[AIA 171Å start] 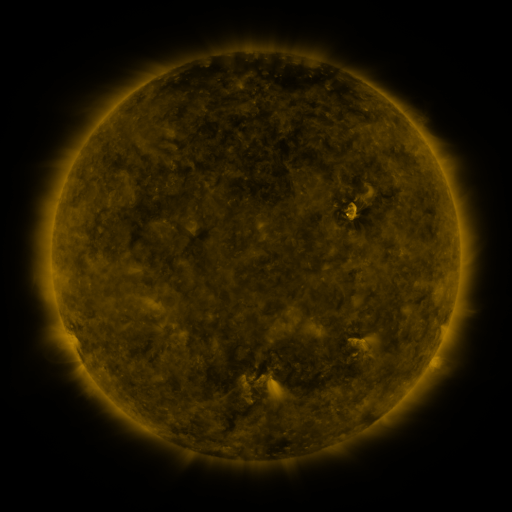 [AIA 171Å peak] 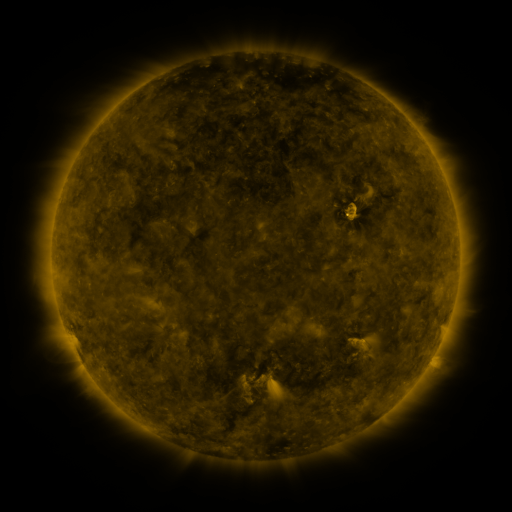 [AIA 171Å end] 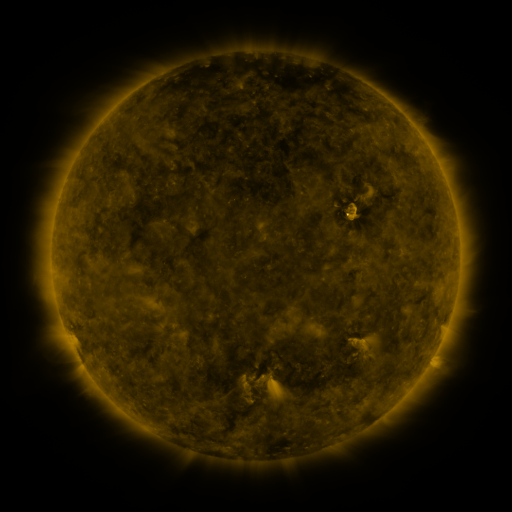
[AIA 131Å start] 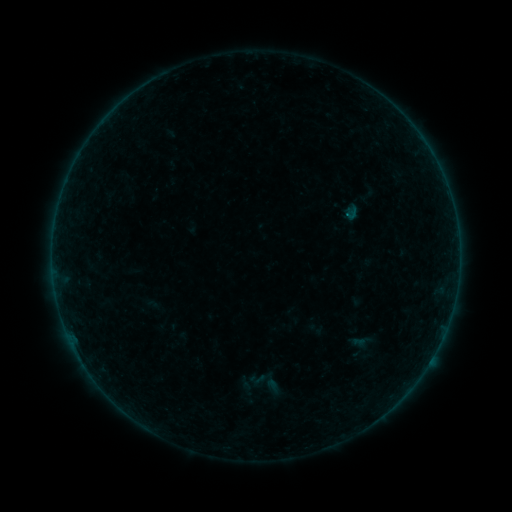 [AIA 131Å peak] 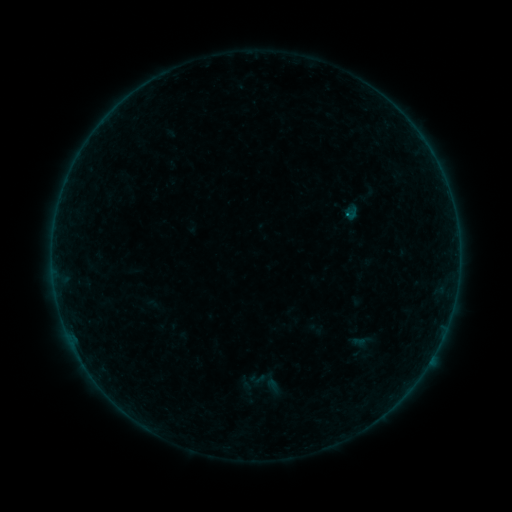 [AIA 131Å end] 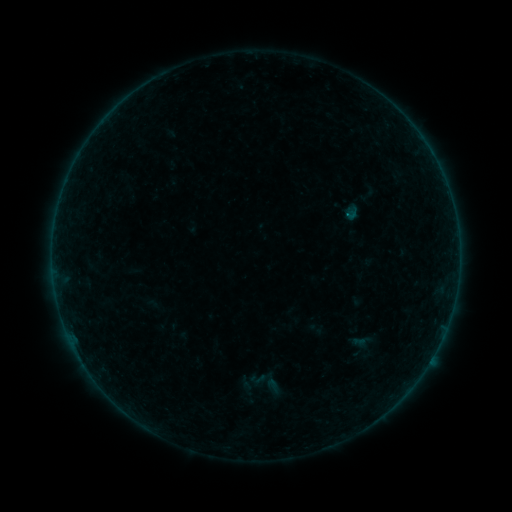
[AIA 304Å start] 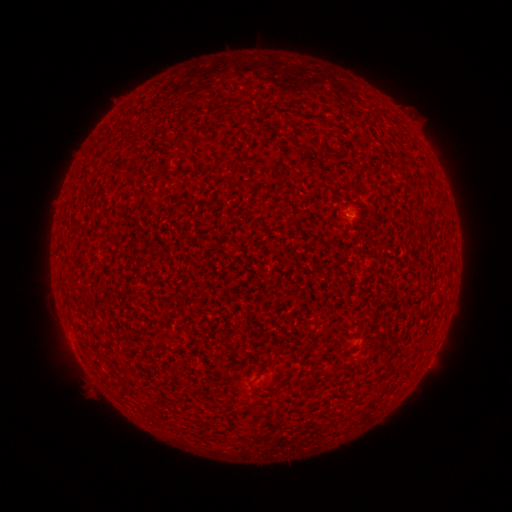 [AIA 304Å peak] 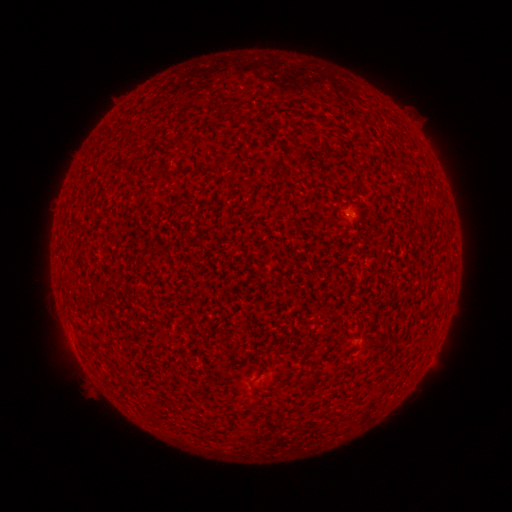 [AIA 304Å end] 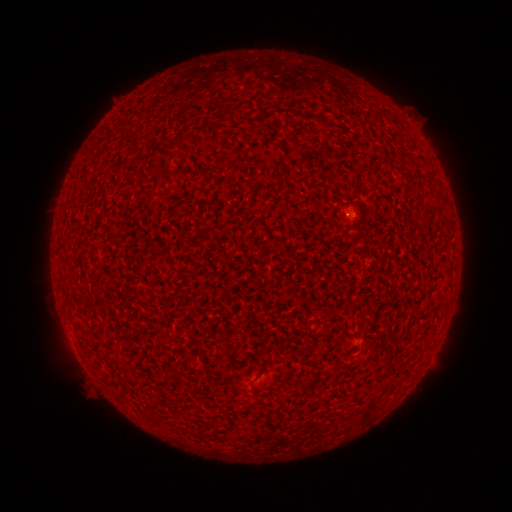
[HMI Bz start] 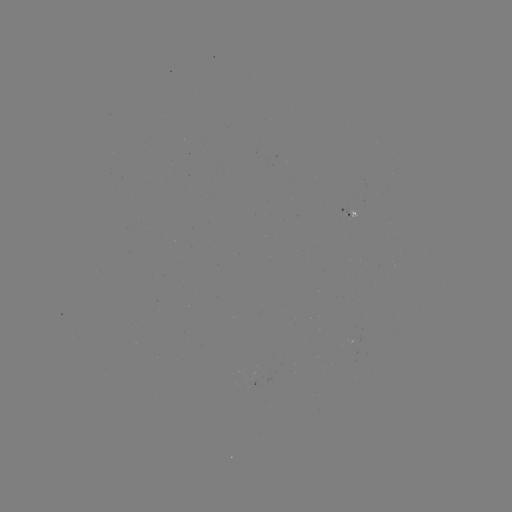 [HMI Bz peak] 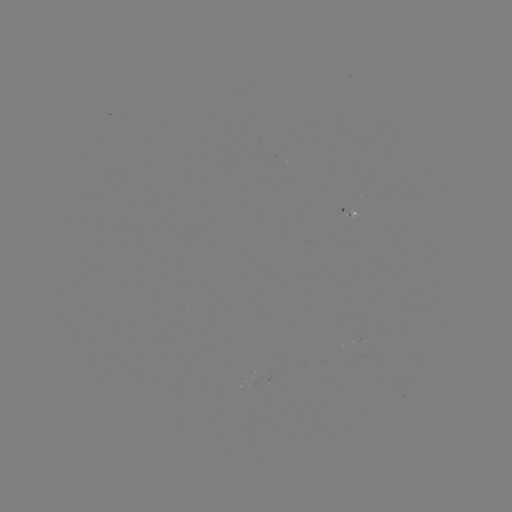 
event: flare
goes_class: A8.3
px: (347, 217)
